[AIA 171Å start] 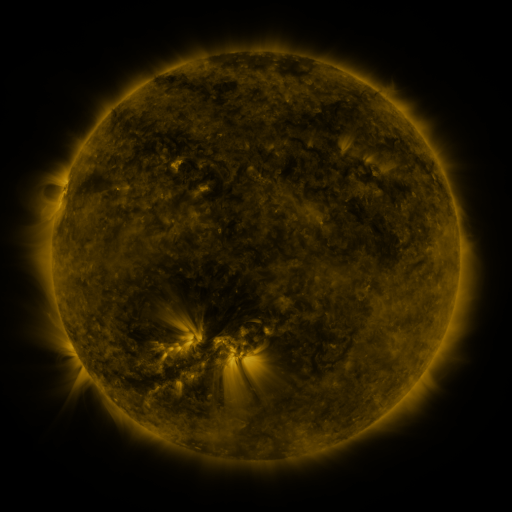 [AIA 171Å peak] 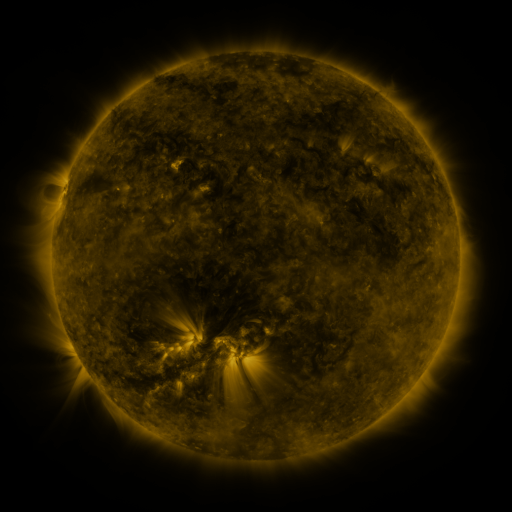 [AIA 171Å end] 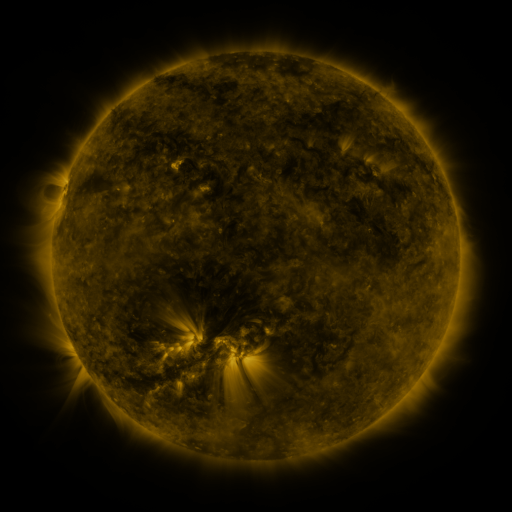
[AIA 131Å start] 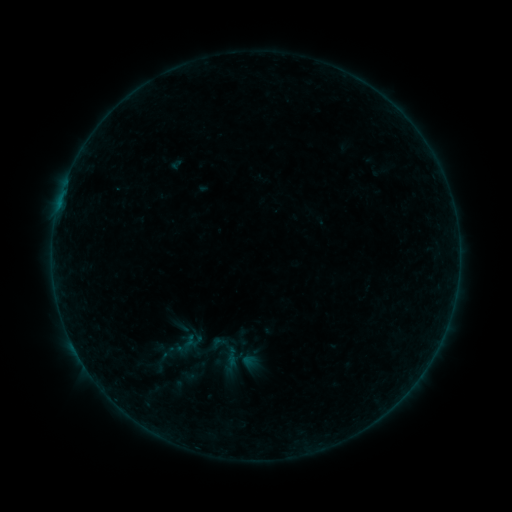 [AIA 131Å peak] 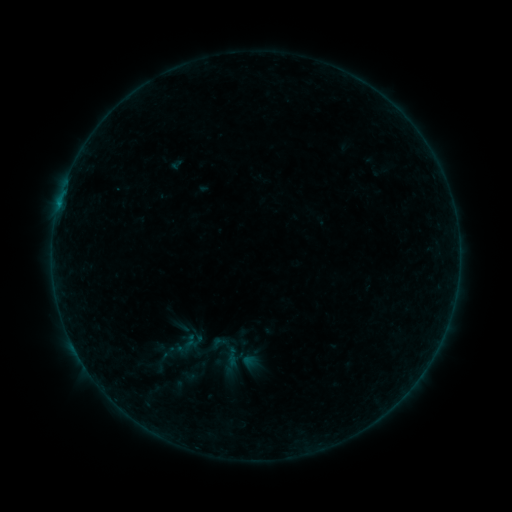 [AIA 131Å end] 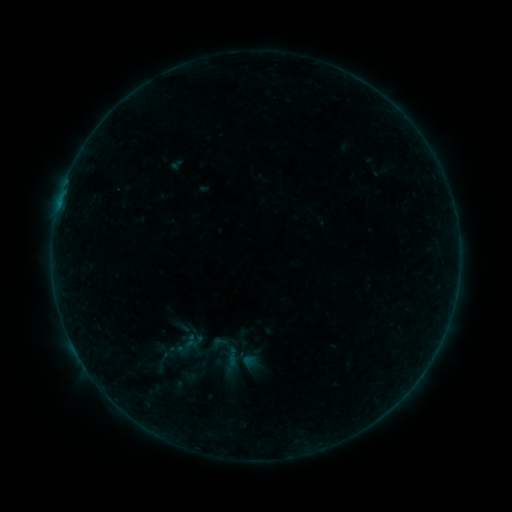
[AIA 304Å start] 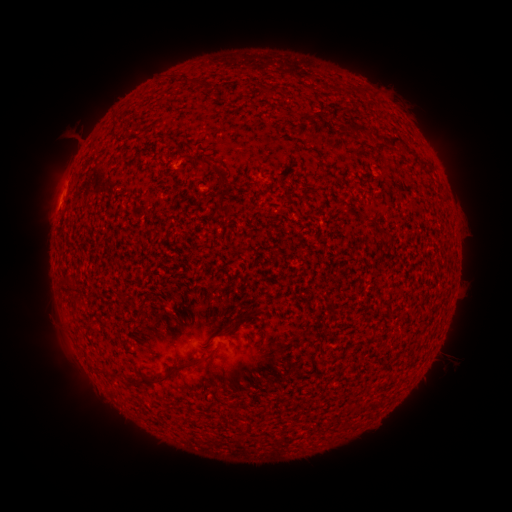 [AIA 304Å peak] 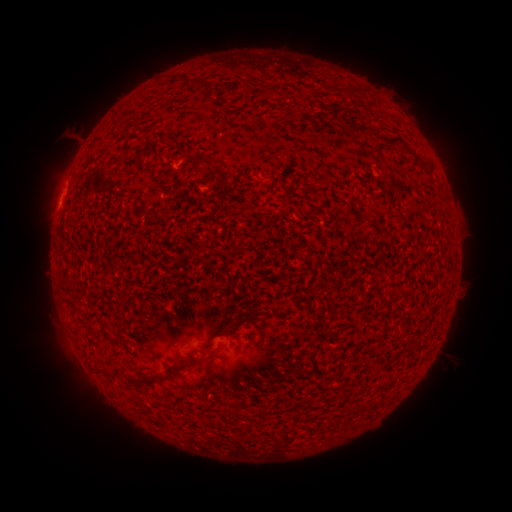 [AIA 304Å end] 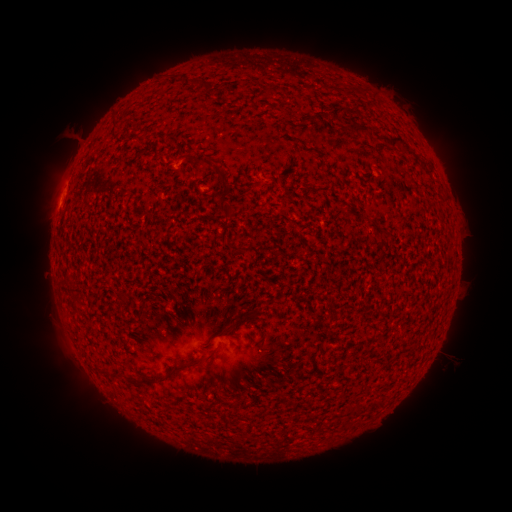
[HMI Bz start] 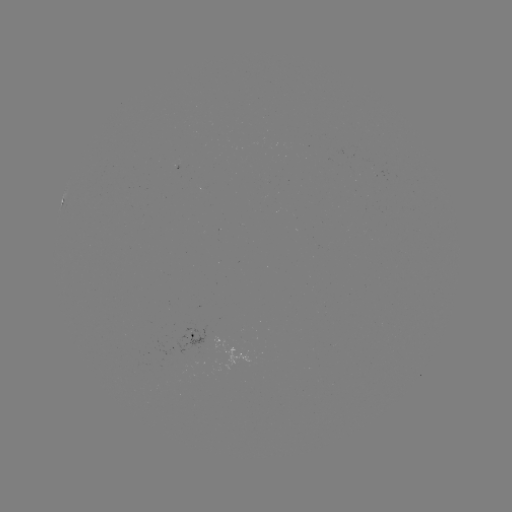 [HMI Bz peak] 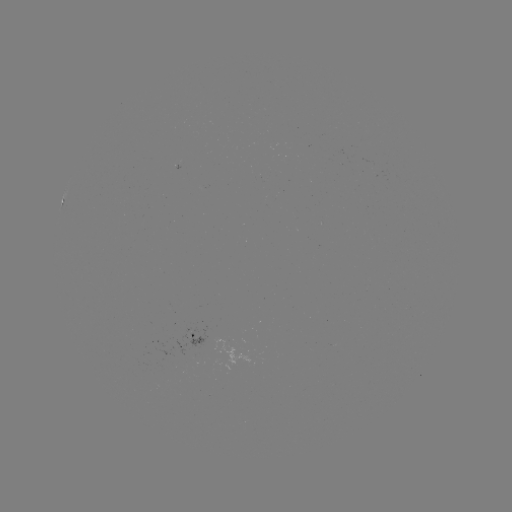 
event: flare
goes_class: B2.1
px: (173, 170)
